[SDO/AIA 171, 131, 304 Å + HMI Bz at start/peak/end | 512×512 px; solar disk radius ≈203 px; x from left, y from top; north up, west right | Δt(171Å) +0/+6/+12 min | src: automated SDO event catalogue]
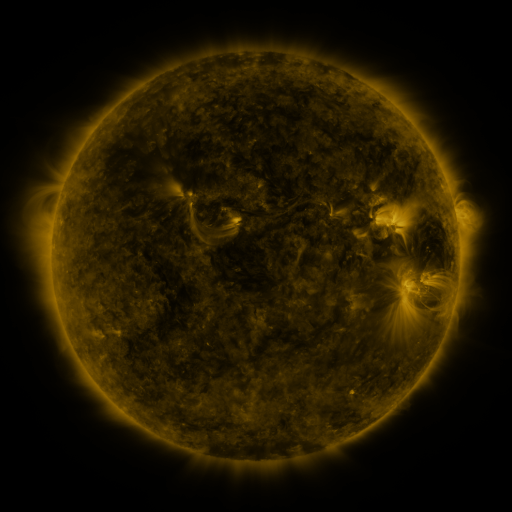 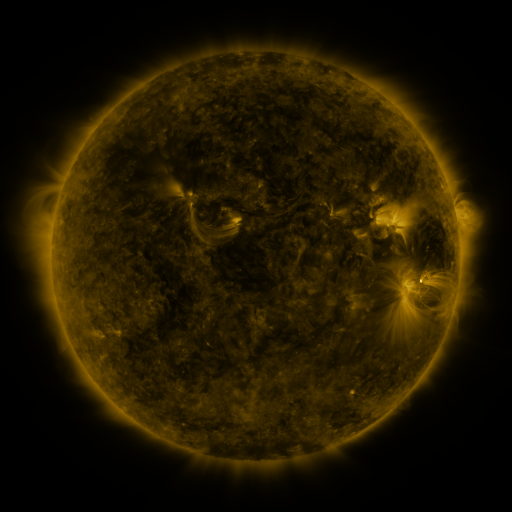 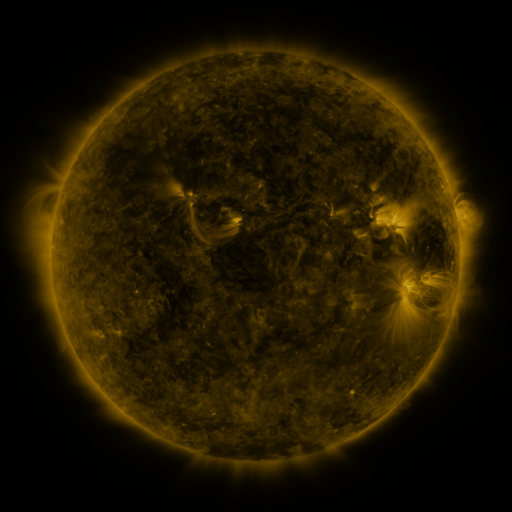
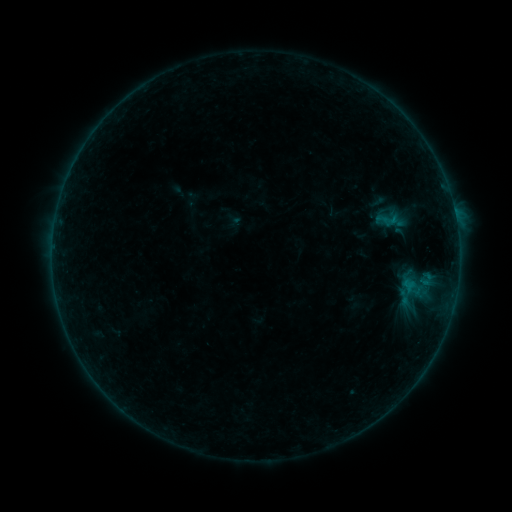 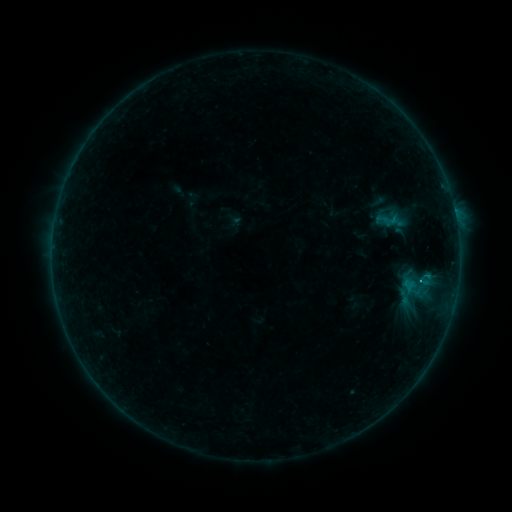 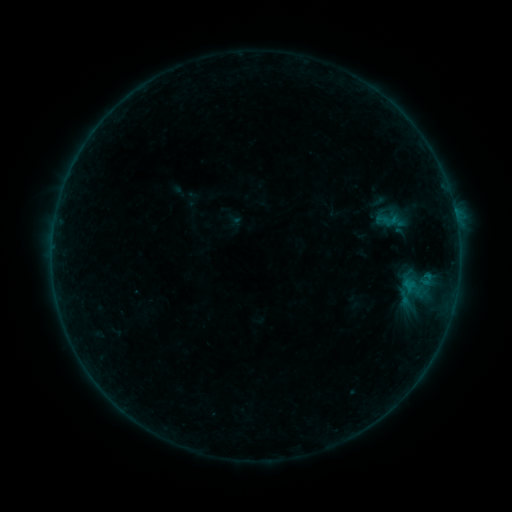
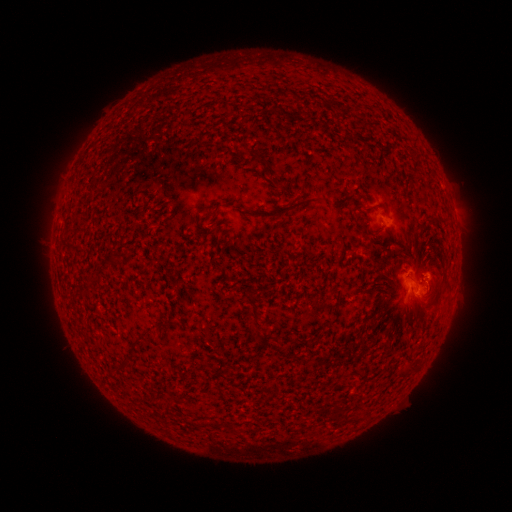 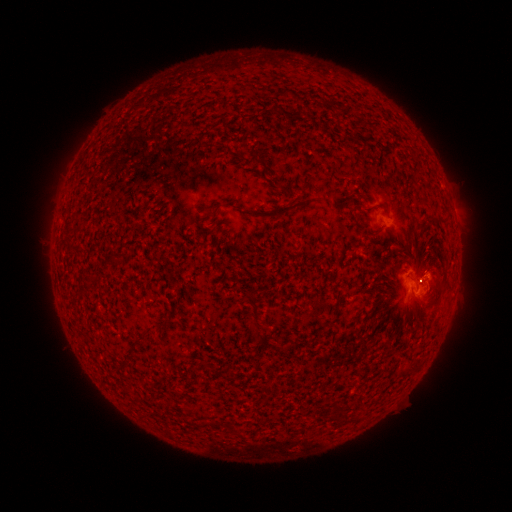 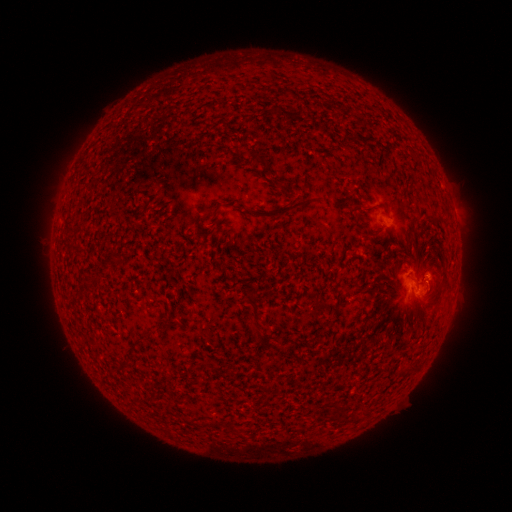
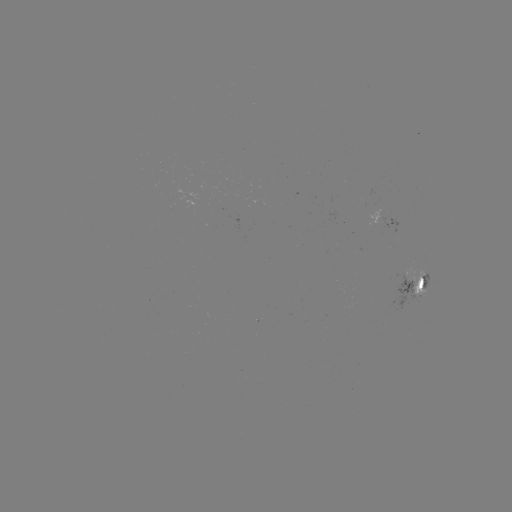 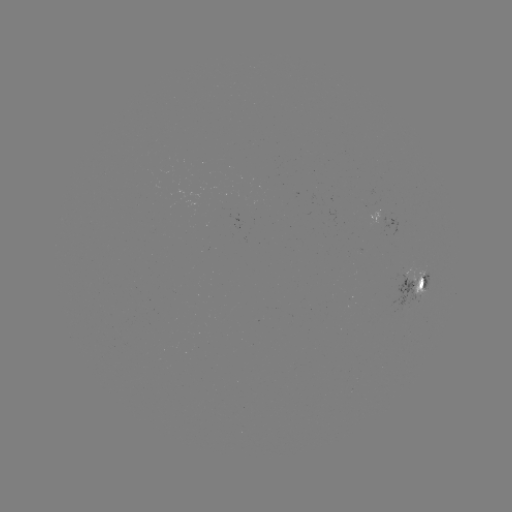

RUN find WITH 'B4.4 flare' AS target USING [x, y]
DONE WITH [420, 279] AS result